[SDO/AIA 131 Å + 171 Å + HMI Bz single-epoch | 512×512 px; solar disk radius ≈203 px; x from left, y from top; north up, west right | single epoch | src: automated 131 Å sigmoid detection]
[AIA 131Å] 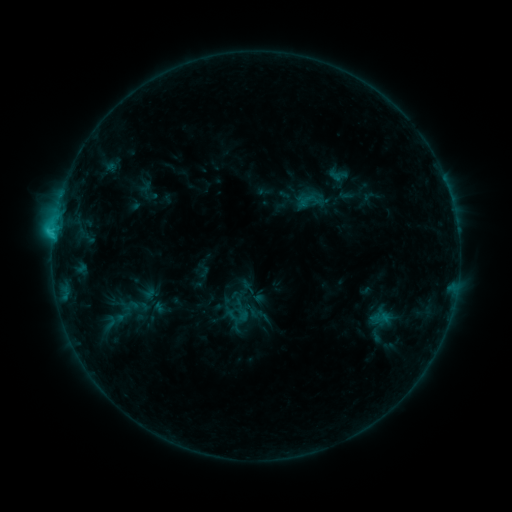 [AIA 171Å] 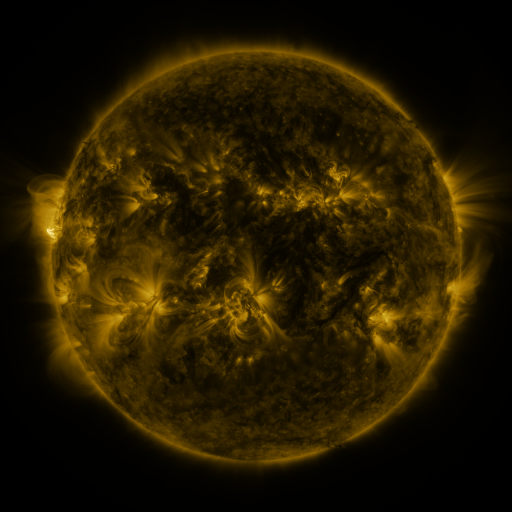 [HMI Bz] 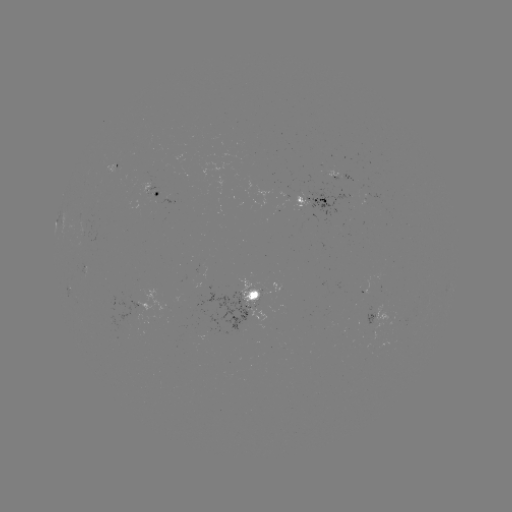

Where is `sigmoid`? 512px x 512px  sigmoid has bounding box [97, 314, 123, 331].